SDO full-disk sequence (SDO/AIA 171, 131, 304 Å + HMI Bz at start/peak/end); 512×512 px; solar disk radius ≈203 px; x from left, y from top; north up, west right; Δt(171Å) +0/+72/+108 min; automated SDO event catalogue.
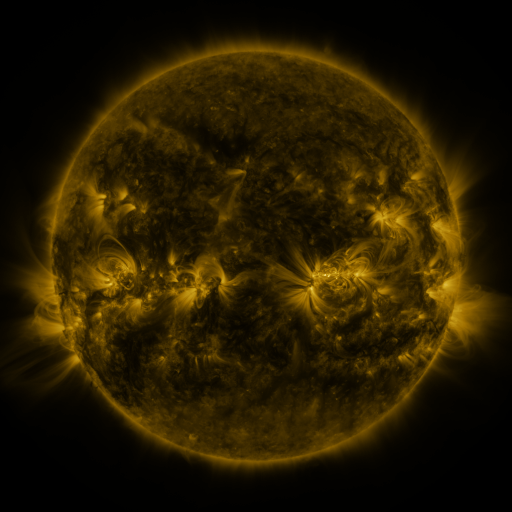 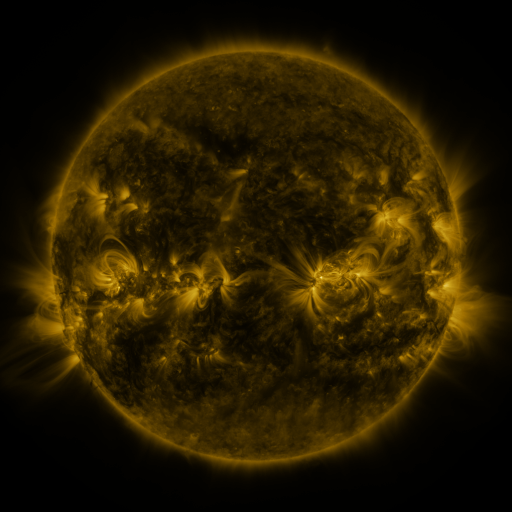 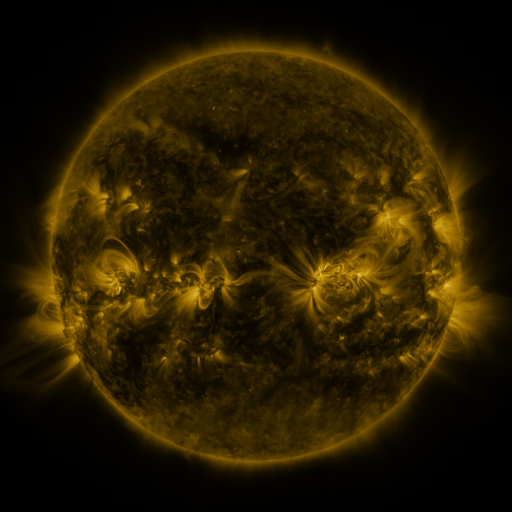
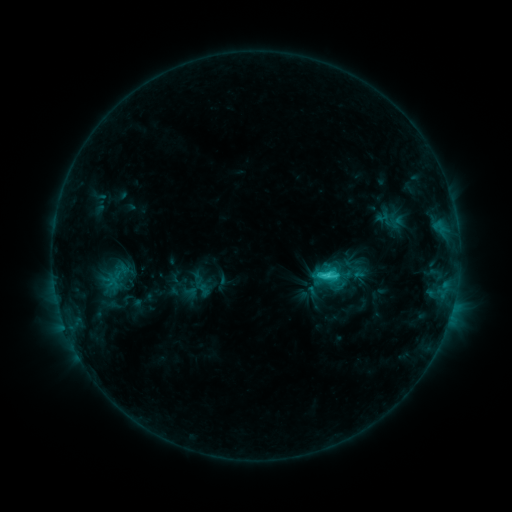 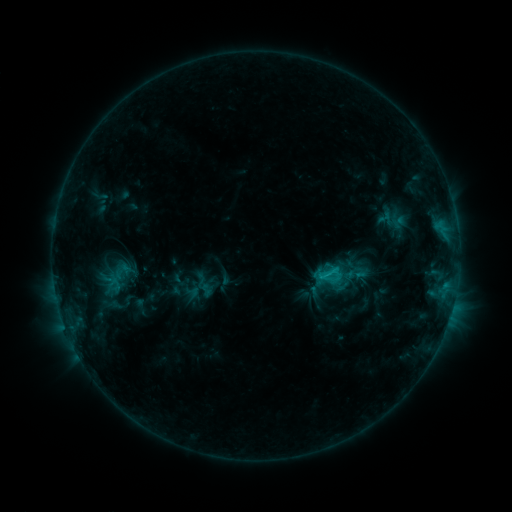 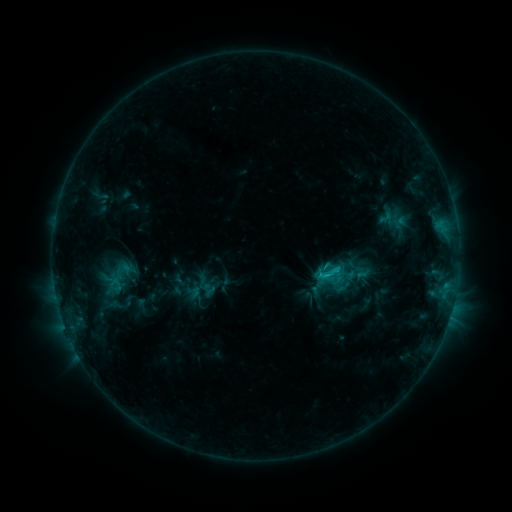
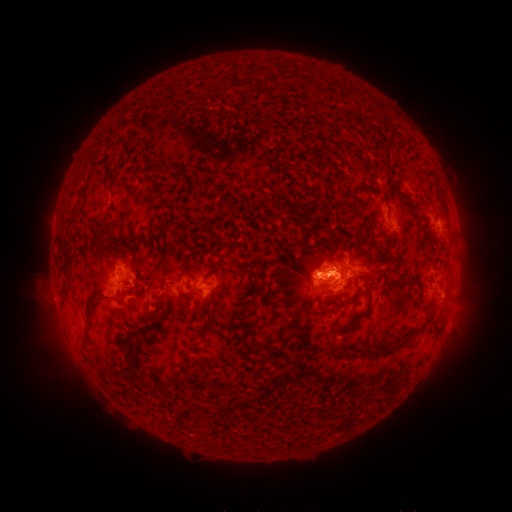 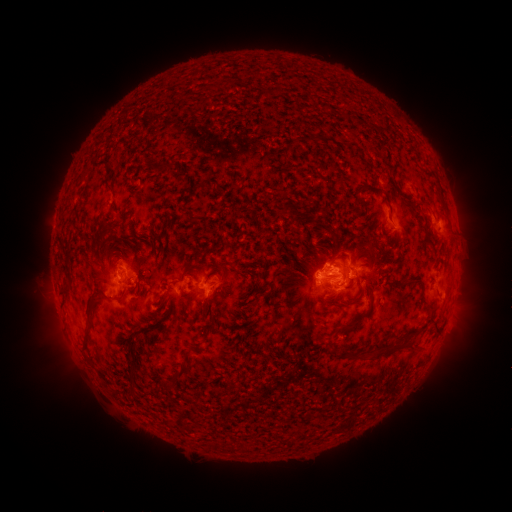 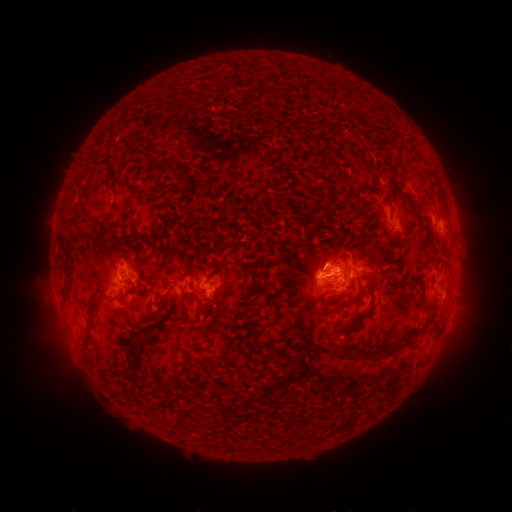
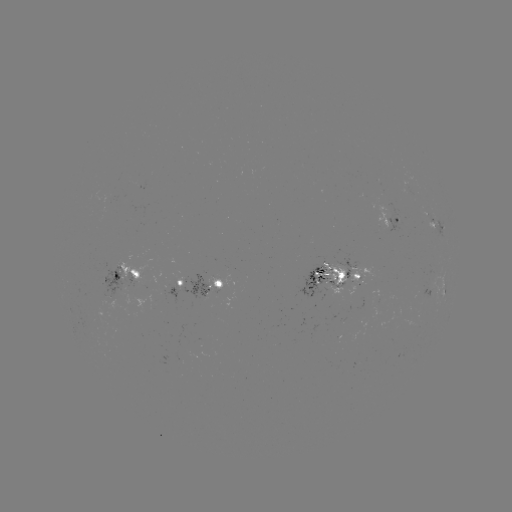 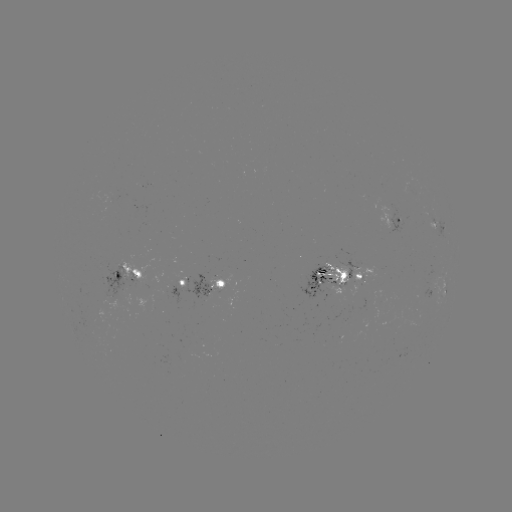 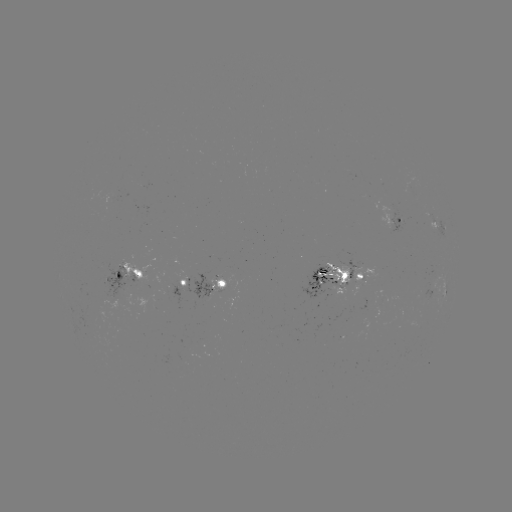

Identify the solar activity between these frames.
emerging-flux region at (180, 285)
